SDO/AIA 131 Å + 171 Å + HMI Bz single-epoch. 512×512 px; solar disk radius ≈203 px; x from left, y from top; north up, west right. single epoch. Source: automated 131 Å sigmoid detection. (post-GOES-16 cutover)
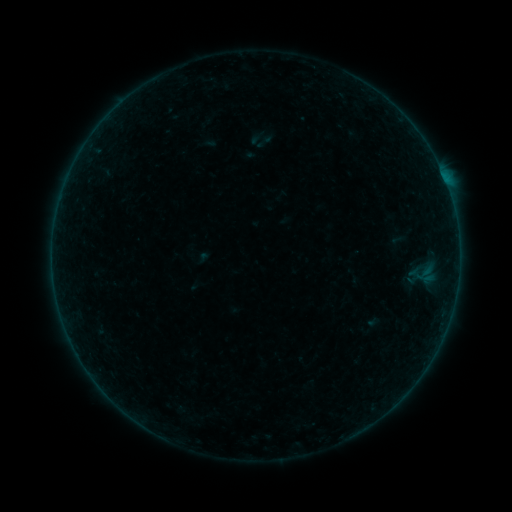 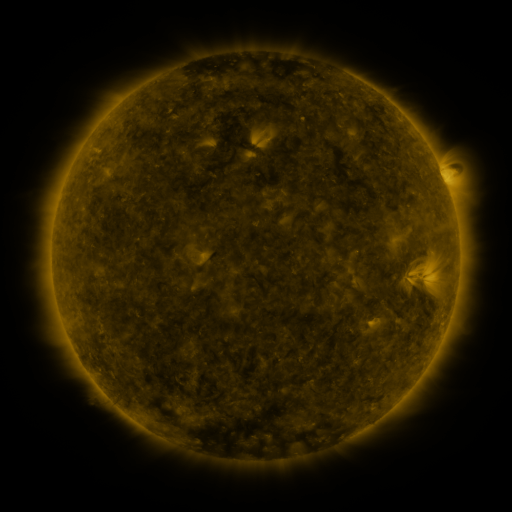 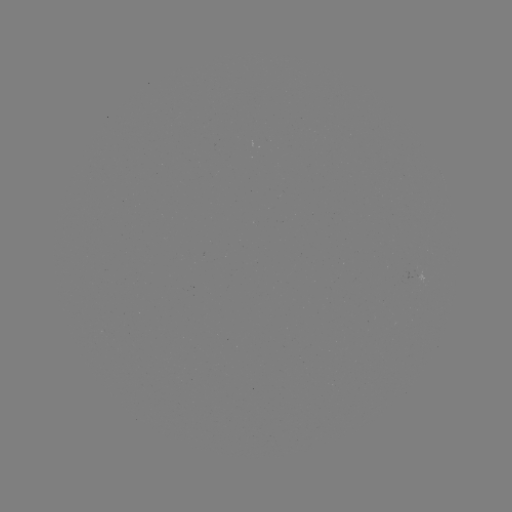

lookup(sigmoid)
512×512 [263, 138]